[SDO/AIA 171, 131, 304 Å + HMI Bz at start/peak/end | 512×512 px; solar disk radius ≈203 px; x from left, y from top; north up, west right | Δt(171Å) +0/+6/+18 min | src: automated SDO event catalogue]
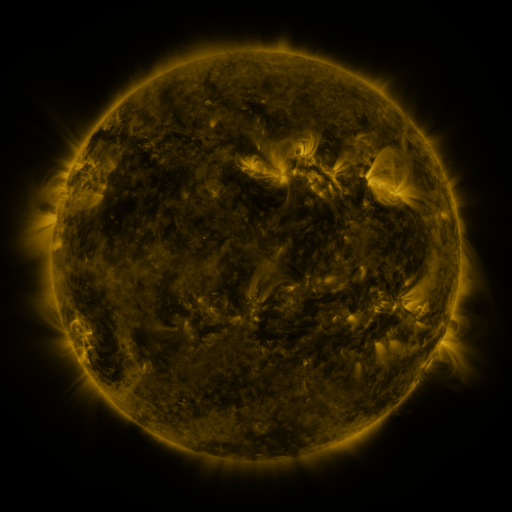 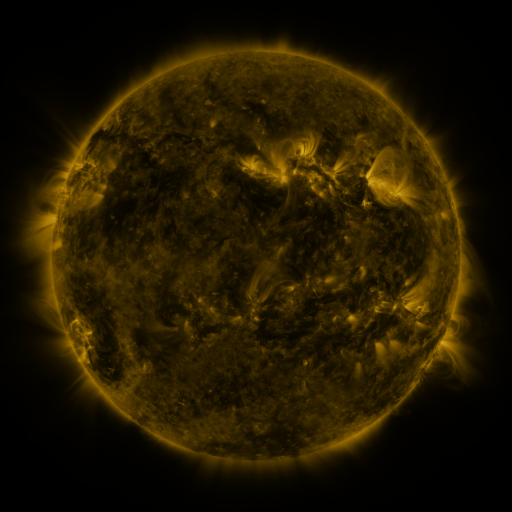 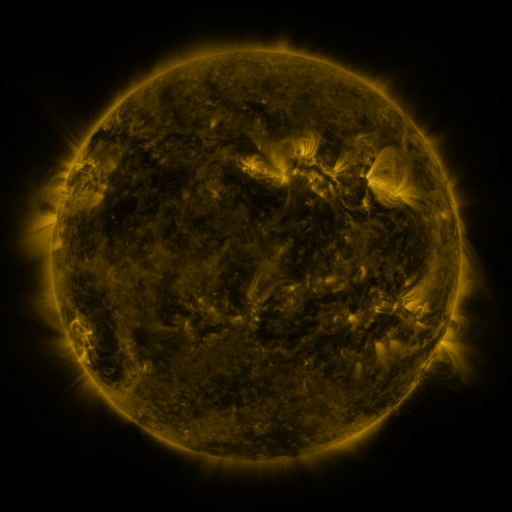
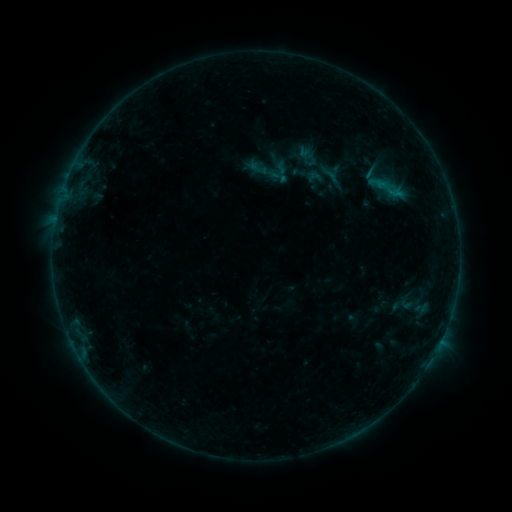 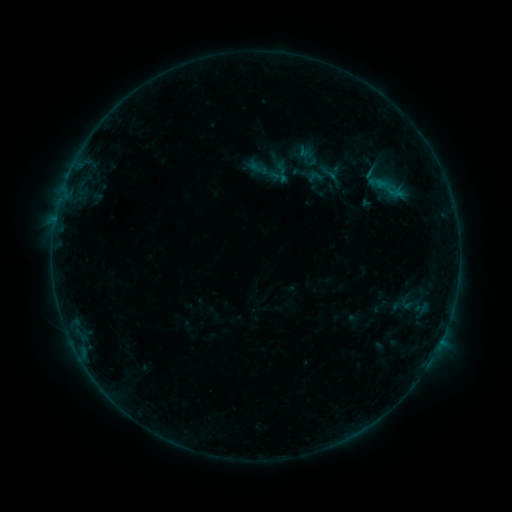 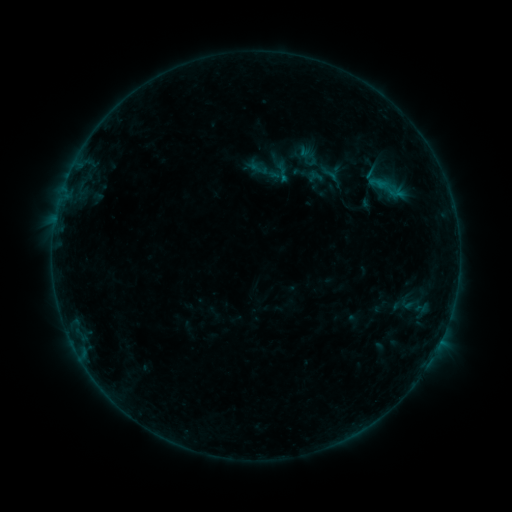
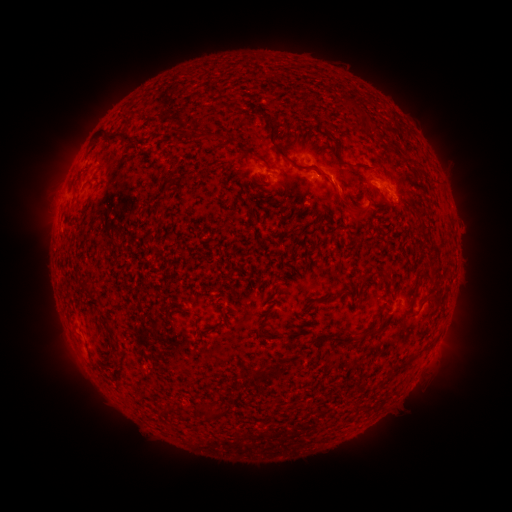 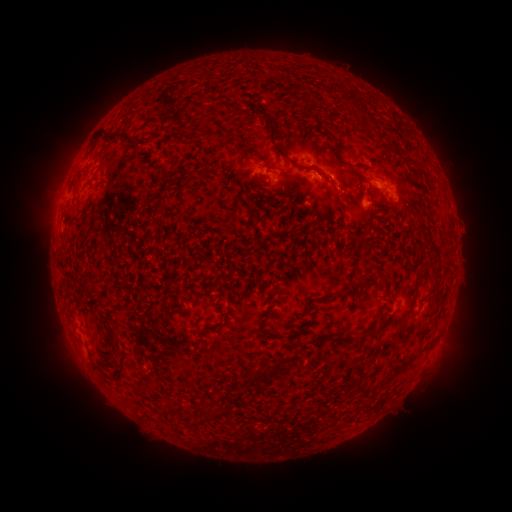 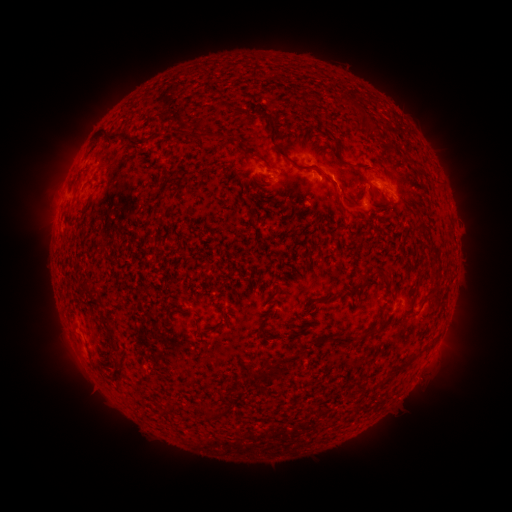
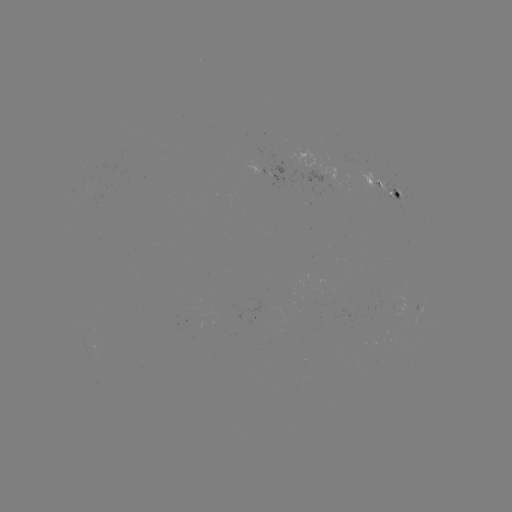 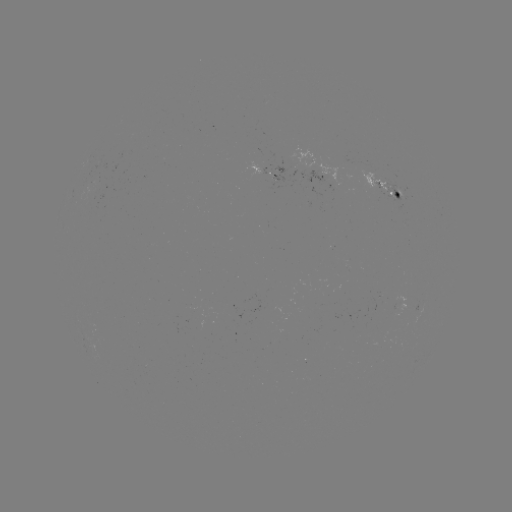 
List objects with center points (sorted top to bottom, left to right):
eruption: (339, 192)
